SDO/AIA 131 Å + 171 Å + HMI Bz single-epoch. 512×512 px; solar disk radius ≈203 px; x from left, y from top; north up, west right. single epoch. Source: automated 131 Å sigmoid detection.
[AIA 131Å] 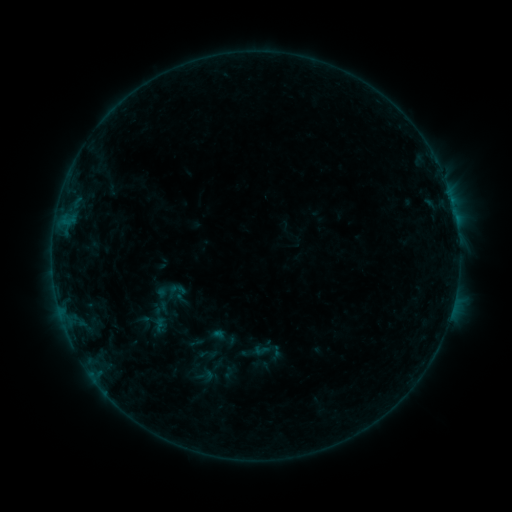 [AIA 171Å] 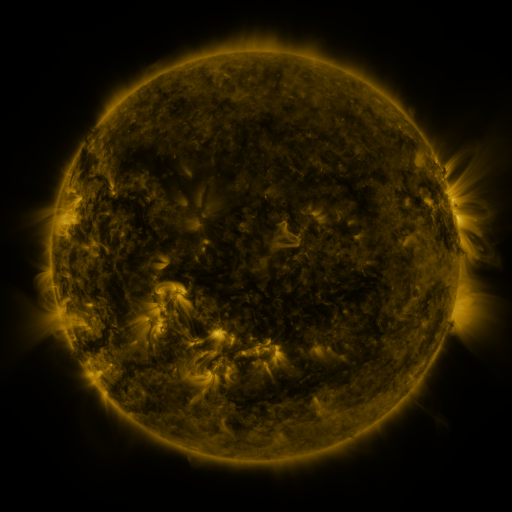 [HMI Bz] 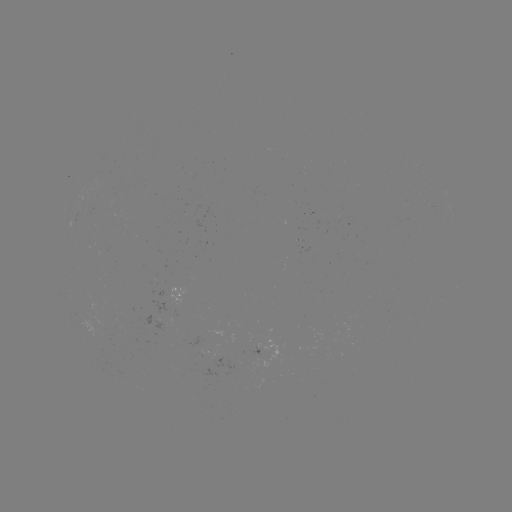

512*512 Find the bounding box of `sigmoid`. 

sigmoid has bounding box [155, 278, 178, 304].